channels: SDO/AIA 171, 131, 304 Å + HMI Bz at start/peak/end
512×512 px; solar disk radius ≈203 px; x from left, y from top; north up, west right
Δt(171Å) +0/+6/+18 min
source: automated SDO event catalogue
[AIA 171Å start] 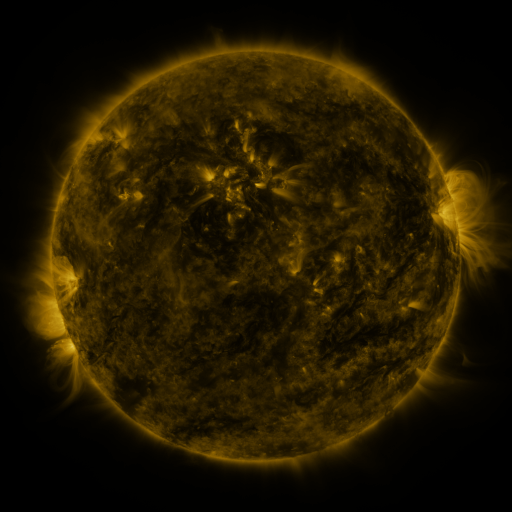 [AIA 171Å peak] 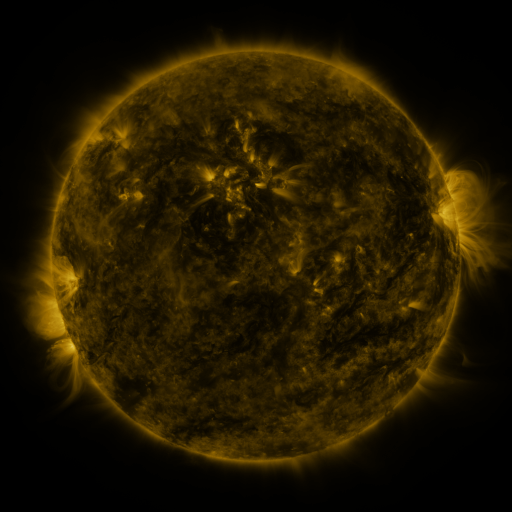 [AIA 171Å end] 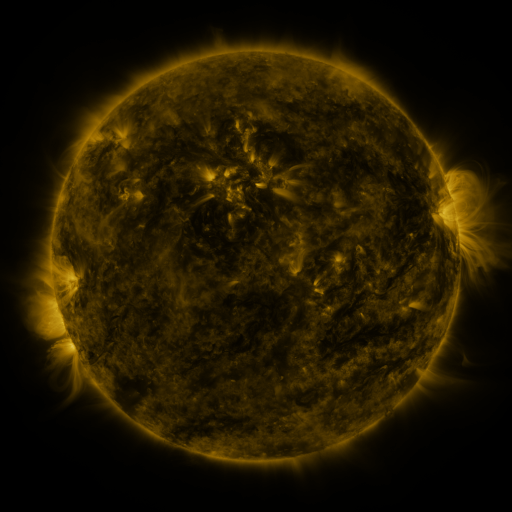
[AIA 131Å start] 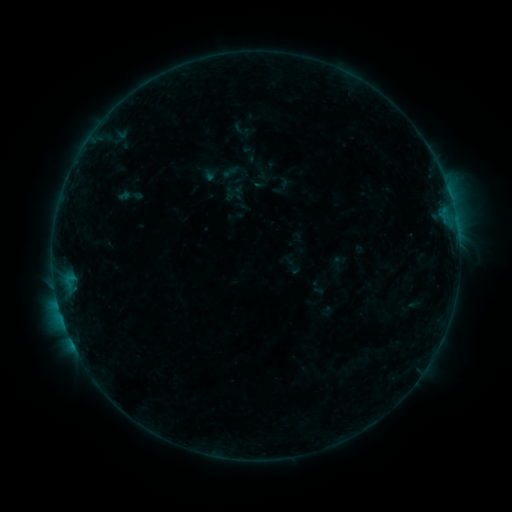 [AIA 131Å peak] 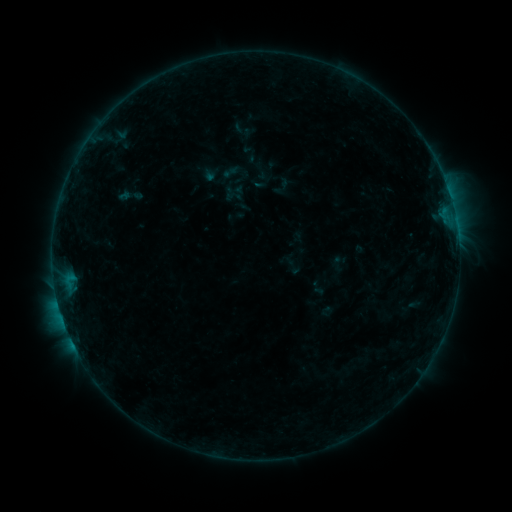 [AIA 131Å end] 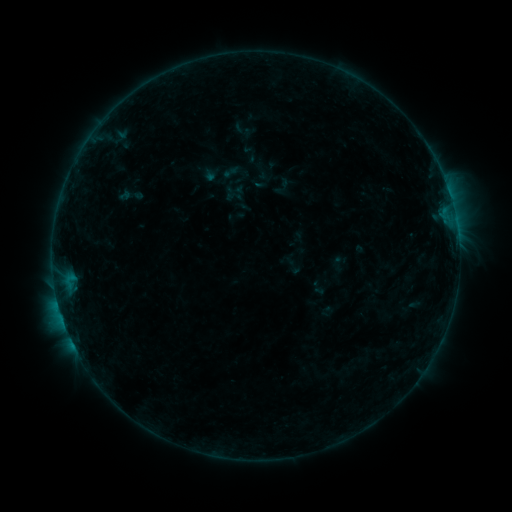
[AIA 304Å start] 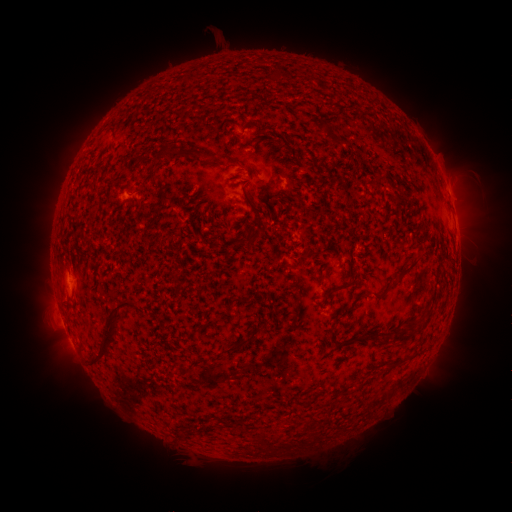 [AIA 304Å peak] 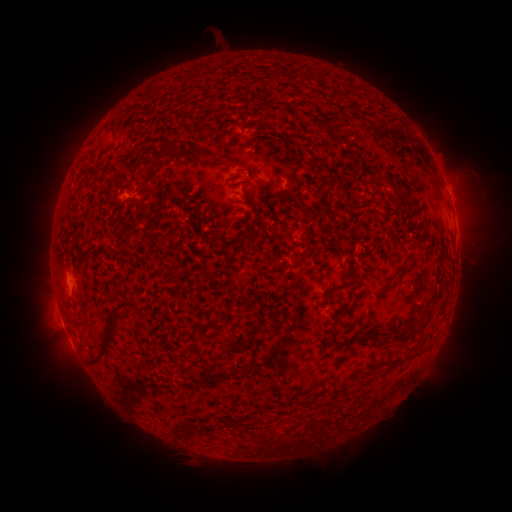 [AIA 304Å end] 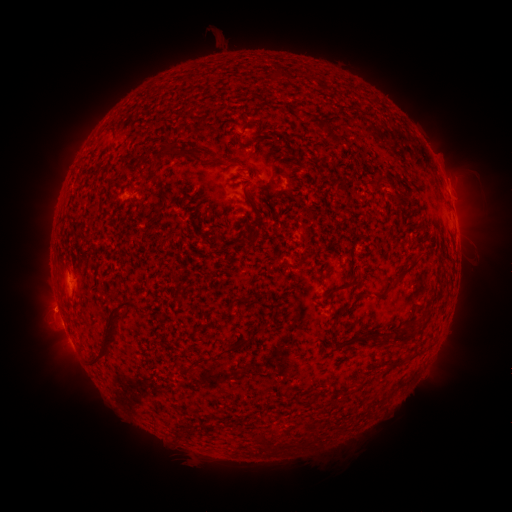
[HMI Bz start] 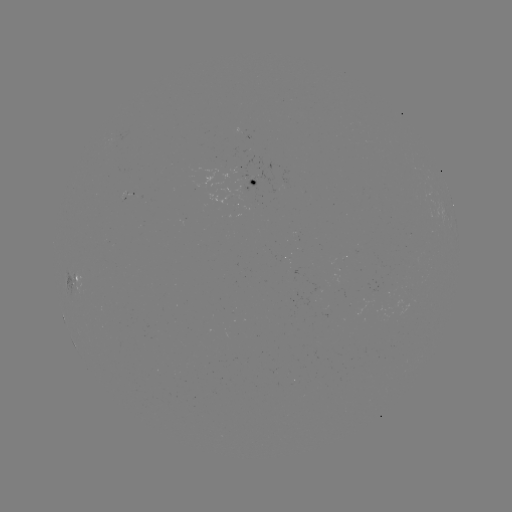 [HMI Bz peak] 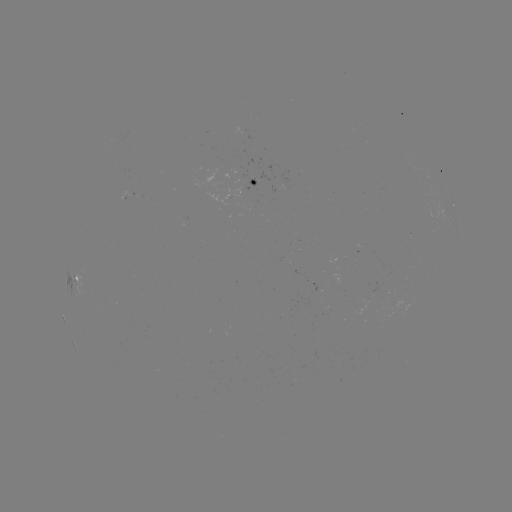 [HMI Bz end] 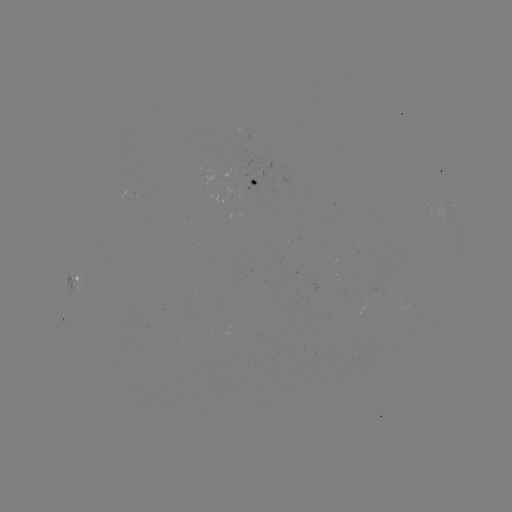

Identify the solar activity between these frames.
no catalogued flare and no flagged EUV brightening in this window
